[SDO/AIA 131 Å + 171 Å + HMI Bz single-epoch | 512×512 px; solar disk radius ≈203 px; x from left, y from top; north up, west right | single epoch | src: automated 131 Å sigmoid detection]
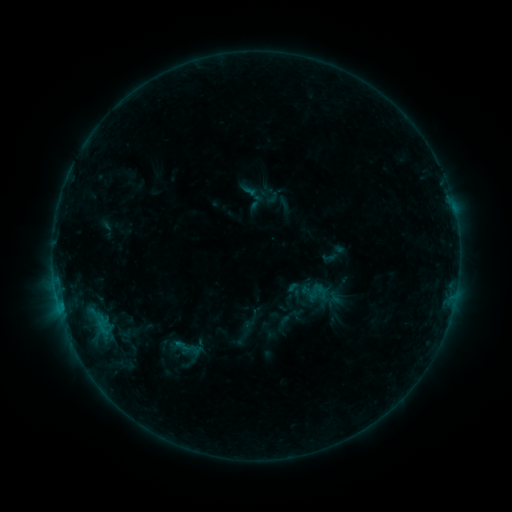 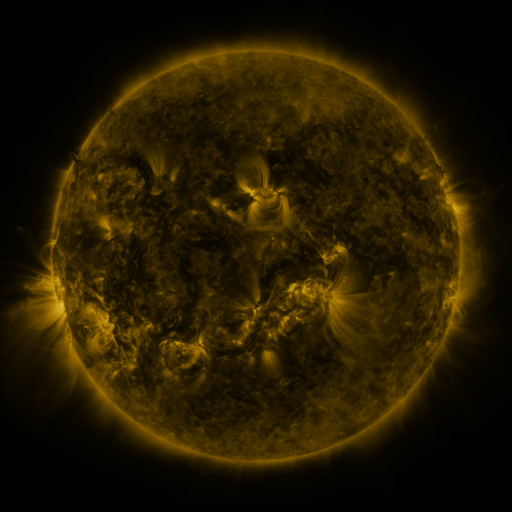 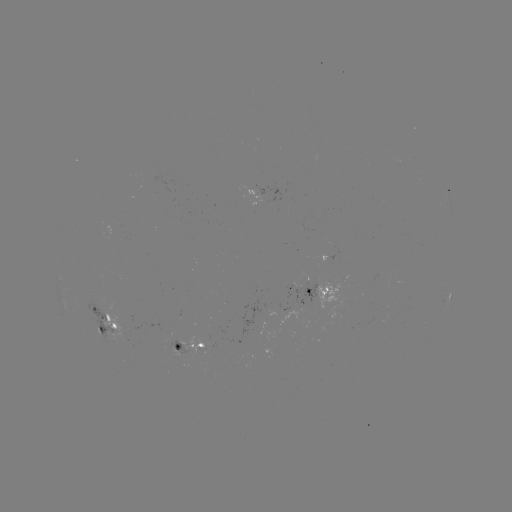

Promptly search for sigmoid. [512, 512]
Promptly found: [269, 196].